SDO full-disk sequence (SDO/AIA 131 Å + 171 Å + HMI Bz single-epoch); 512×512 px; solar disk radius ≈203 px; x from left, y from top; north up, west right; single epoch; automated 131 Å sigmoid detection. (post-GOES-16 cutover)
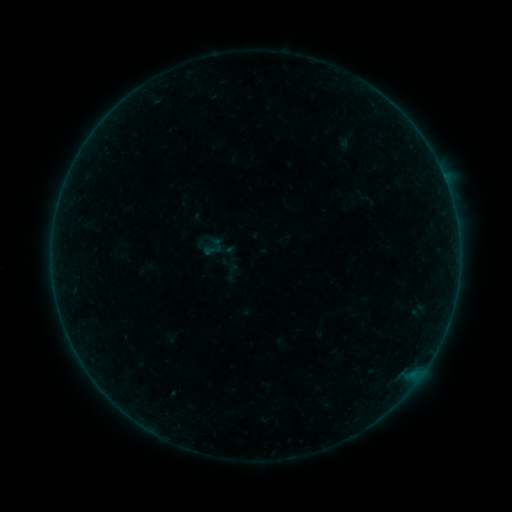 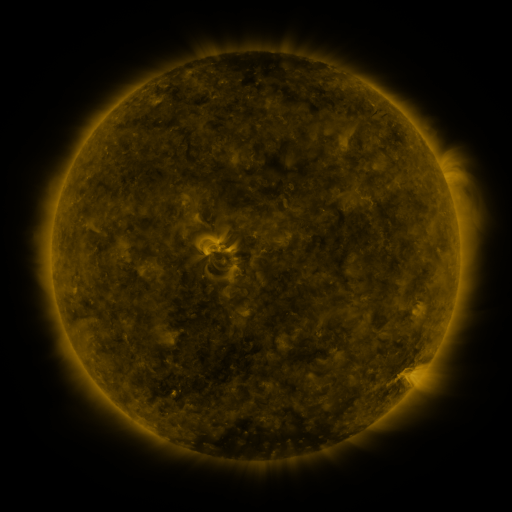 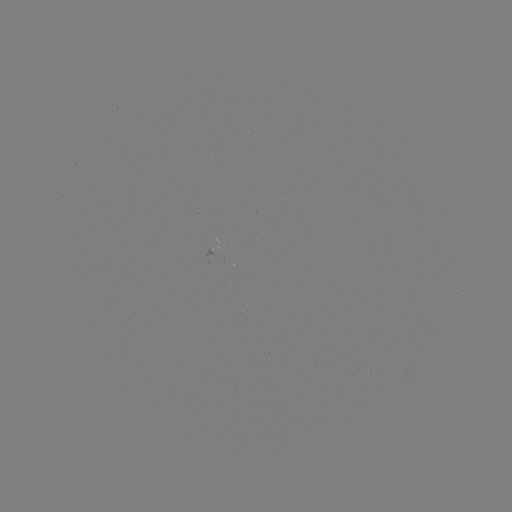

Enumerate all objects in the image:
sigmoid: [204, 240, 223, 259]
sigmoid: [222, 263, 241, 281]
